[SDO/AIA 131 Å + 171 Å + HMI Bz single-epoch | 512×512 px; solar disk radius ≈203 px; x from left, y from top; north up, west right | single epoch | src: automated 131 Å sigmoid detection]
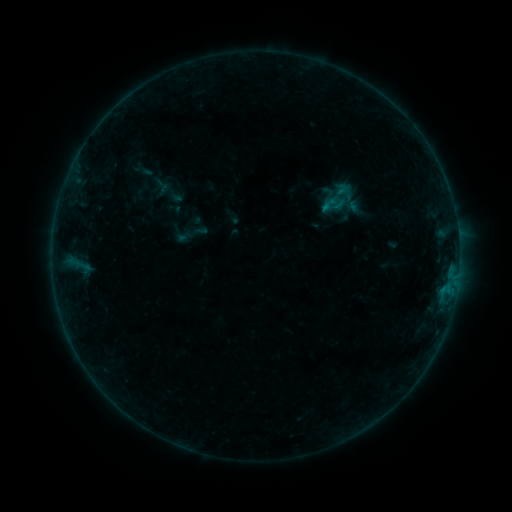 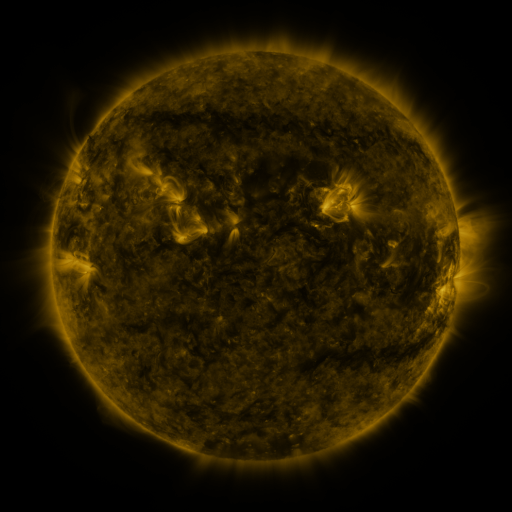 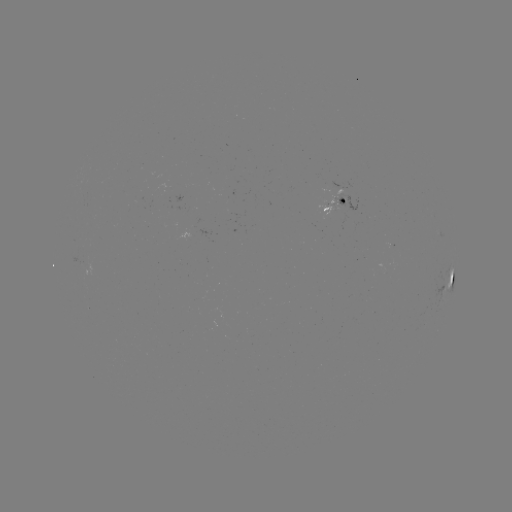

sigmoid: <bbox>317, 180, 363, 218</bbox>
